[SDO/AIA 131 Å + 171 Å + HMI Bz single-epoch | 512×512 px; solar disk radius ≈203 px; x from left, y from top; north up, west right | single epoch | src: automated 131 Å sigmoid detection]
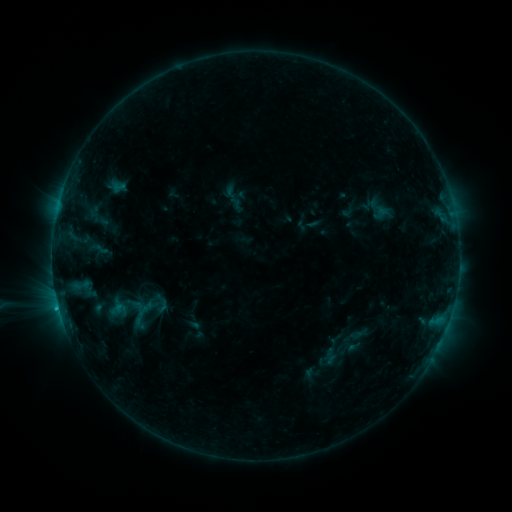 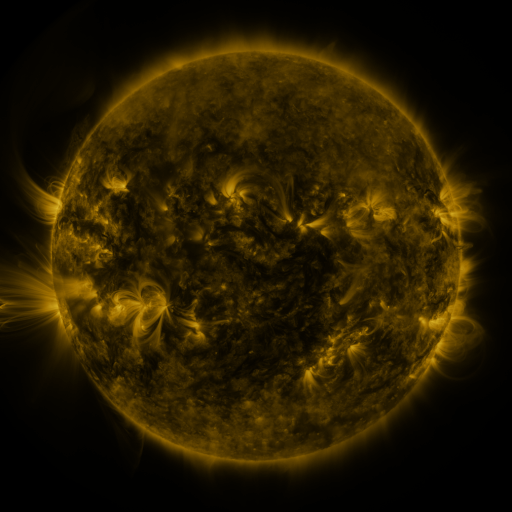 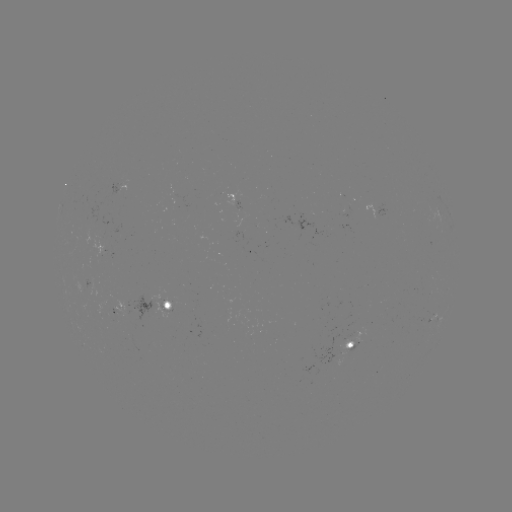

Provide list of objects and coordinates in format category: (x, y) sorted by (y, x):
sigmoid: (97, 249)
